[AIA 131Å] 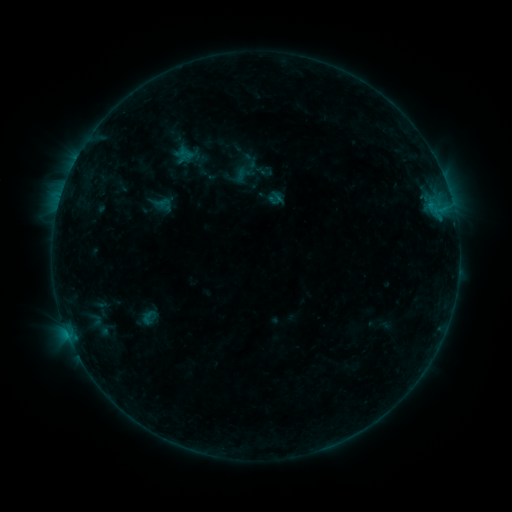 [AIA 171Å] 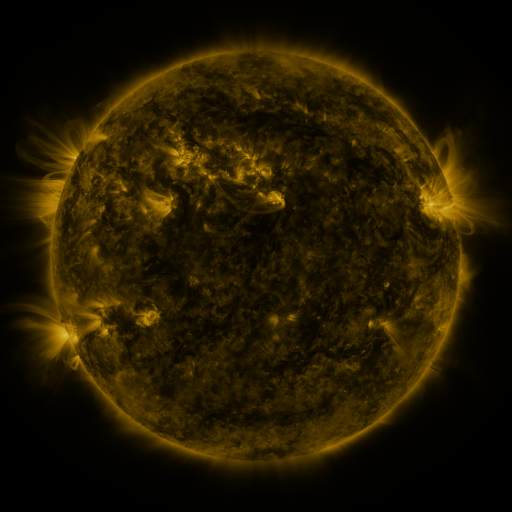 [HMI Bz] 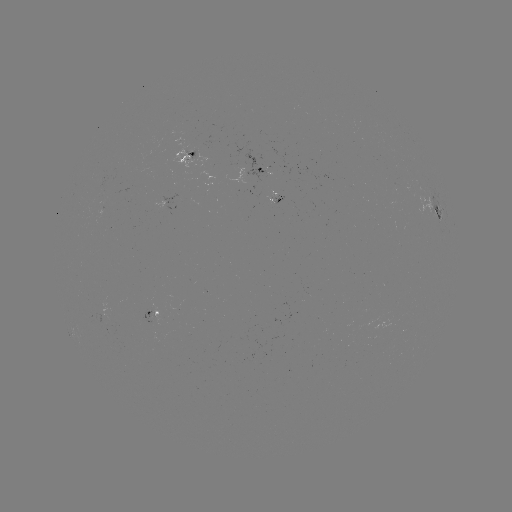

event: sigmoid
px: (246, 168)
